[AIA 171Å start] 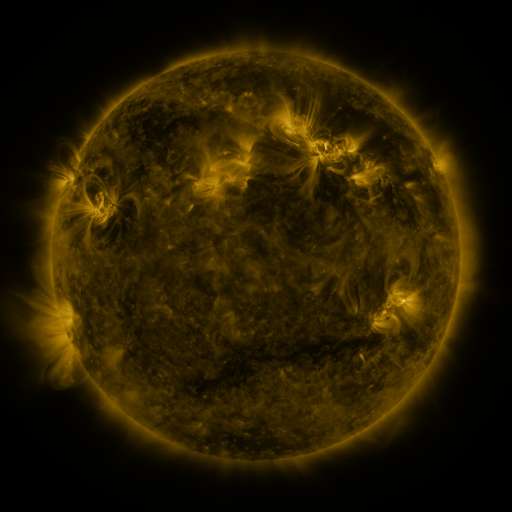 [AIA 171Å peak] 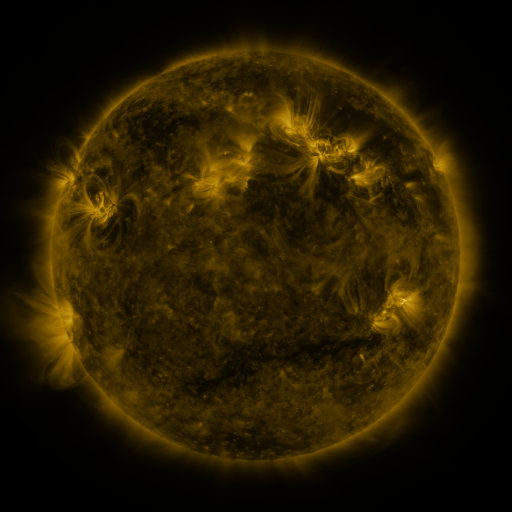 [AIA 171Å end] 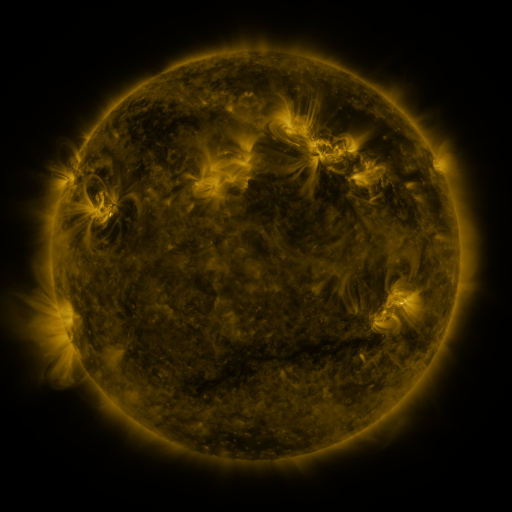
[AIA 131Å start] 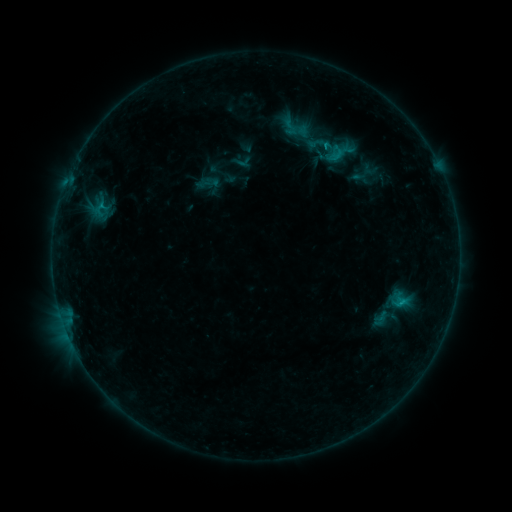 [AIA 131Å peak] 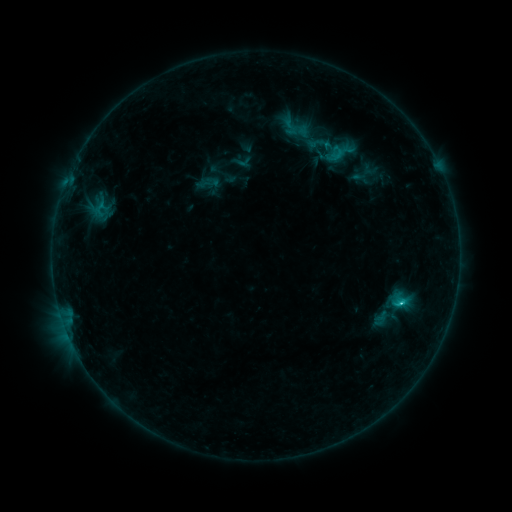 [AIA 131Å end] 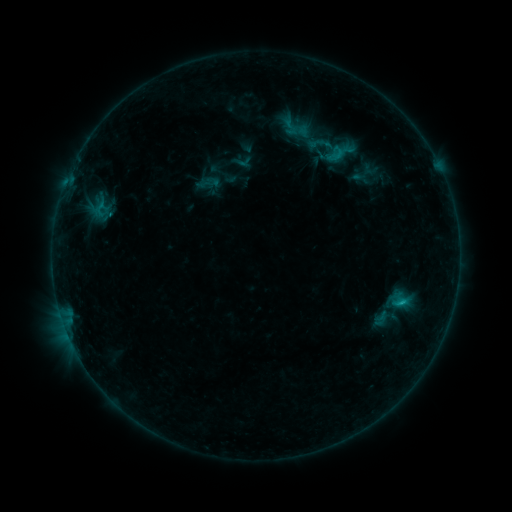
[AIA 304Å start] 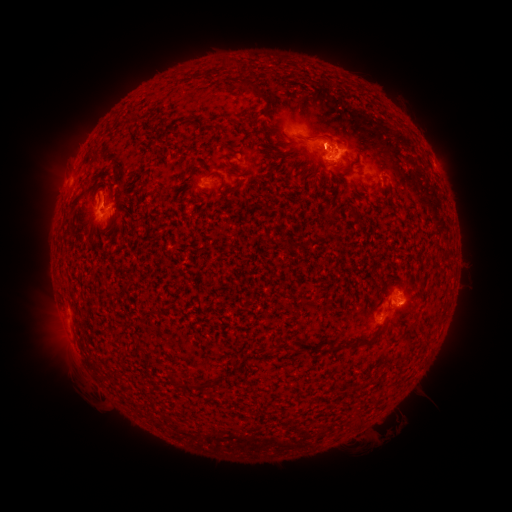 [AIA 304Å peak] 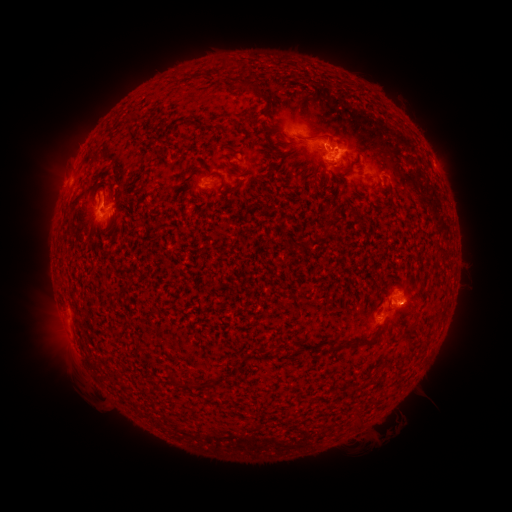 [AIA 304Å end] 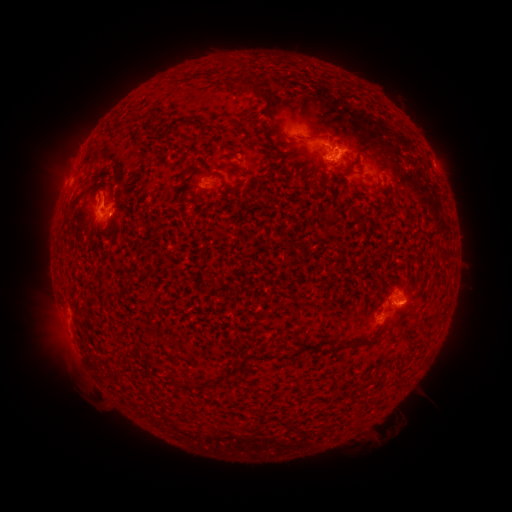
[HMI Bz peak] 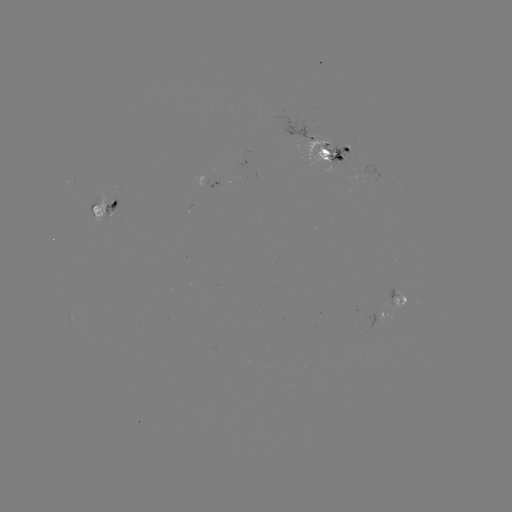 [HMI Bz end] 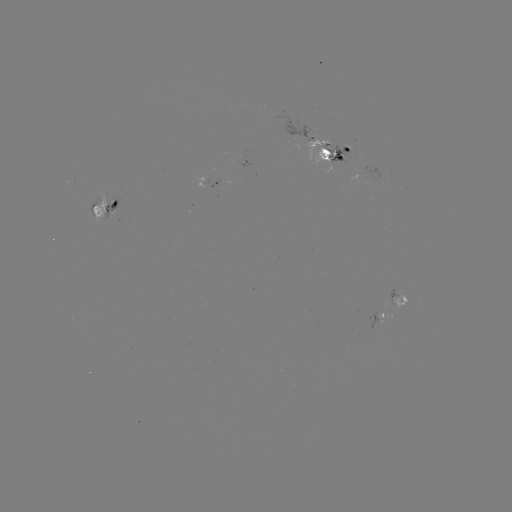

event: flare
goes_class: C1.4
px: (400, 302)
